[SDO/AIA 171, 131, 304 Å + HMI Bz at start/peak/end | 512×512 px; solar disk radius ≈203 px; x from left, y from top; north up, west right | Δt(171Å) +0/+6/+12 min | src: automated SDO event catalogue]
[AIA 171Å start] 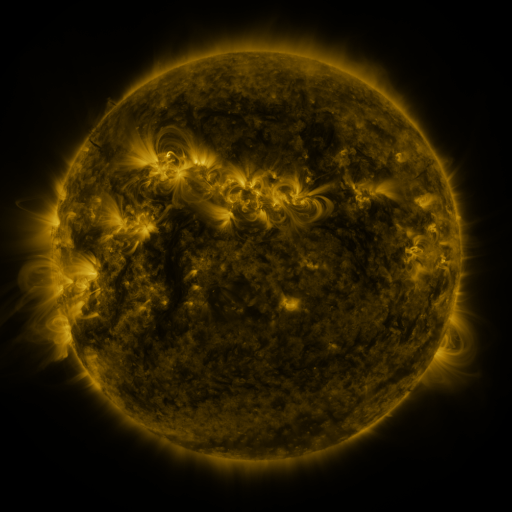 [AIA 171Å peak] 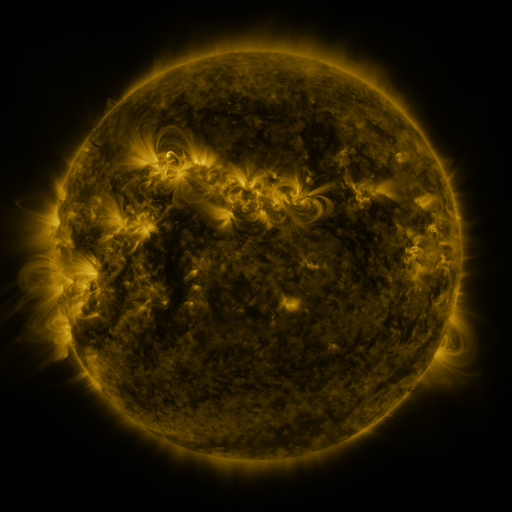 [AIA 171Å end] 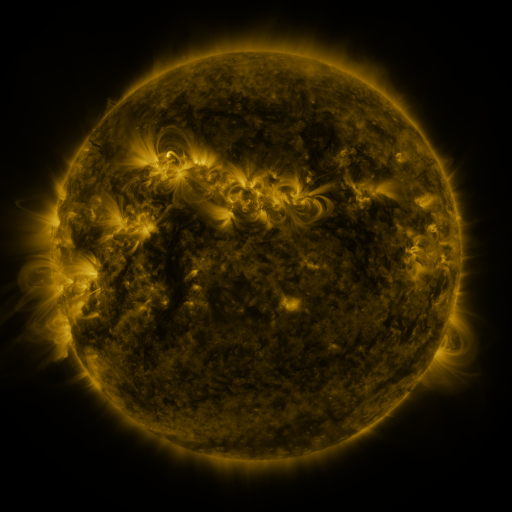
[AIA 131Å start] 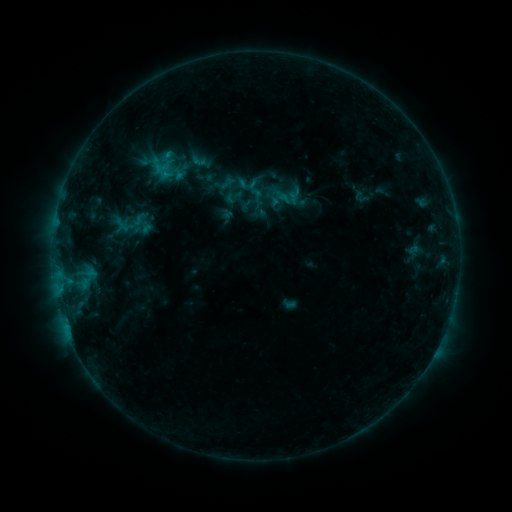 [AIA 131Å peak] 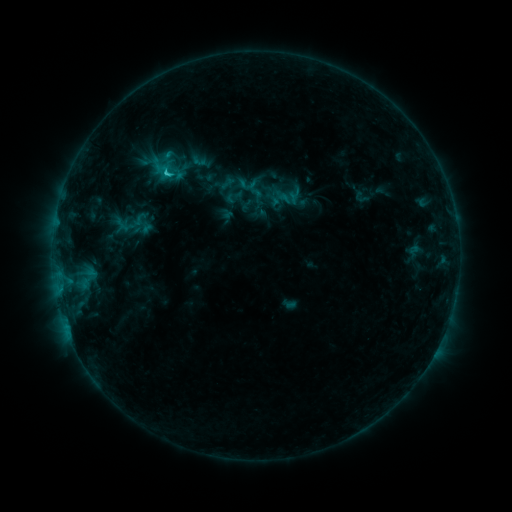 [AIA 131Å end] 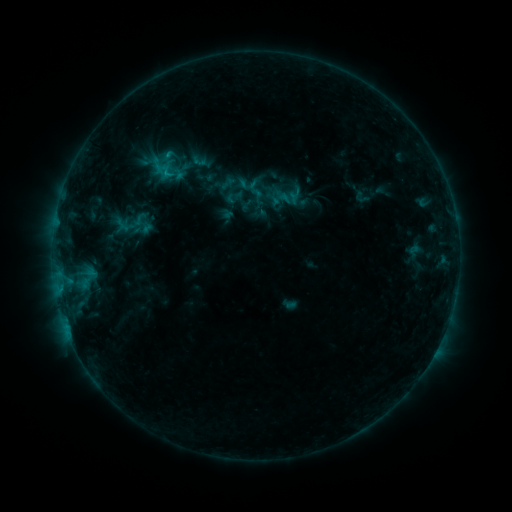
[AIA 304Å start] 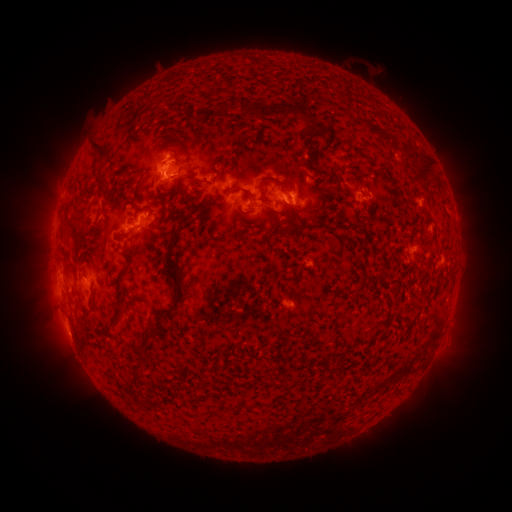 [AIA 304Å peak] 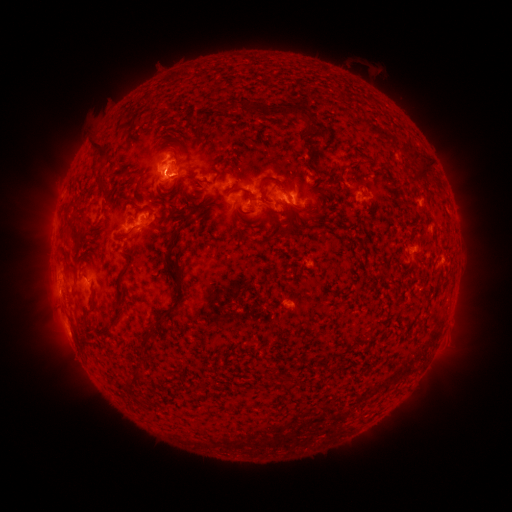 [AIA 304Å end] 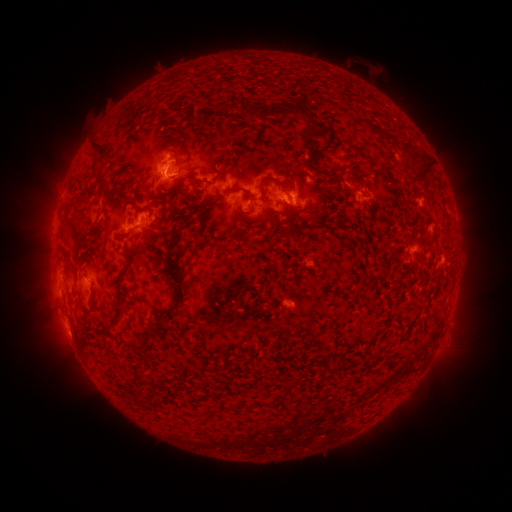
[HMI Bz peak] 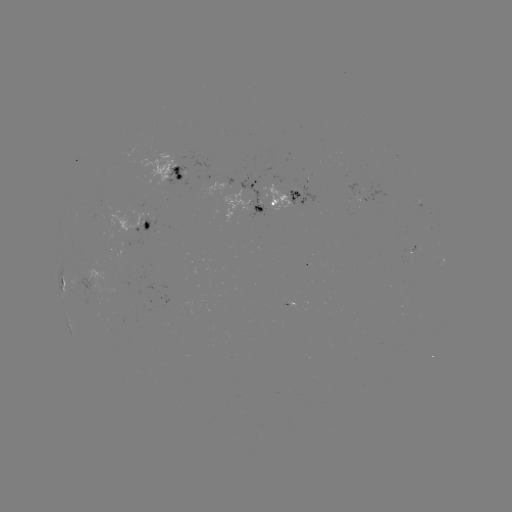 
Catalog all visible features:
C1.2 flare: (168, 173)
